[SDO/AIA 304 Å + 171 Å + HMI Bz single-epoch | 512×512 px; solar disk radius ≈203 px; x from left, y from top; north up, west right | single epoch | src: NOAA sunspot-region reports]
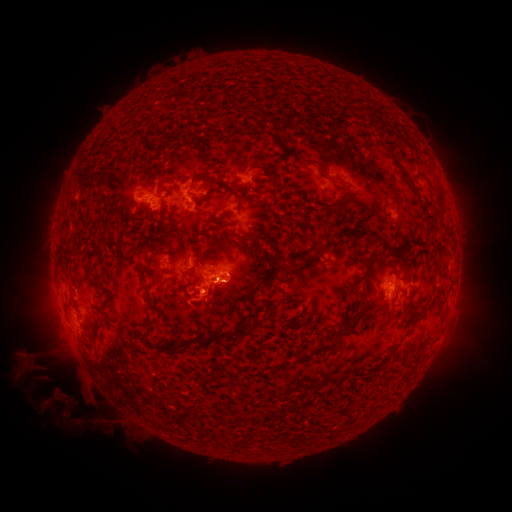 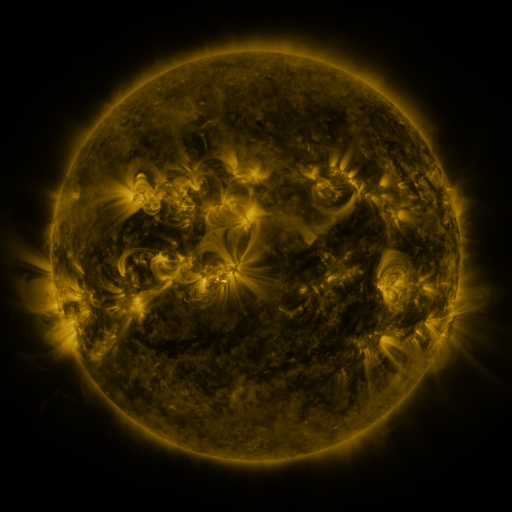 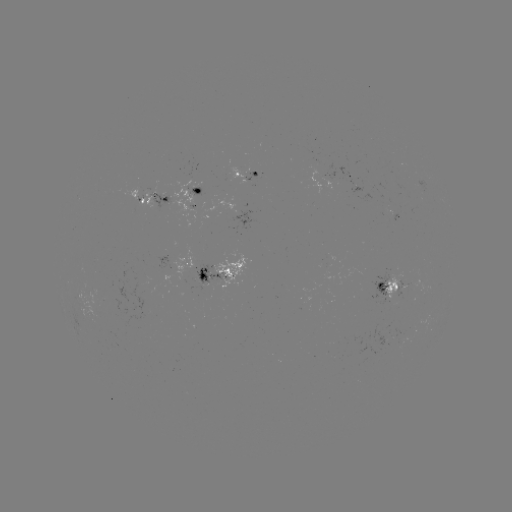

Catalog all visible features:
spotted active region: (249, 175)
spotted active region: (356, 178)
spotted active region: (197, 196)
spotted active region: (155, 198)
spotted active region: (177, 267)
spotted active region: (217, 273)
spotted active region: (393, 285)
